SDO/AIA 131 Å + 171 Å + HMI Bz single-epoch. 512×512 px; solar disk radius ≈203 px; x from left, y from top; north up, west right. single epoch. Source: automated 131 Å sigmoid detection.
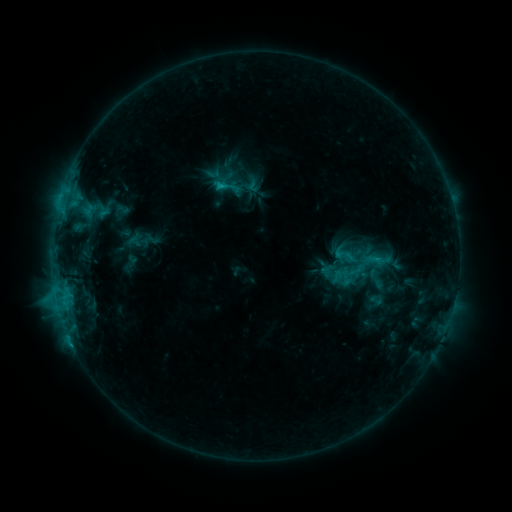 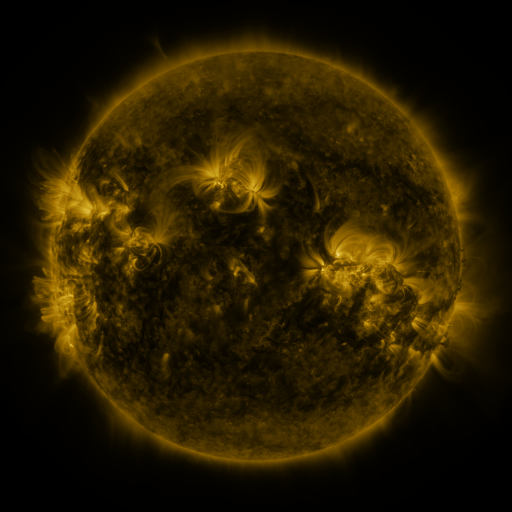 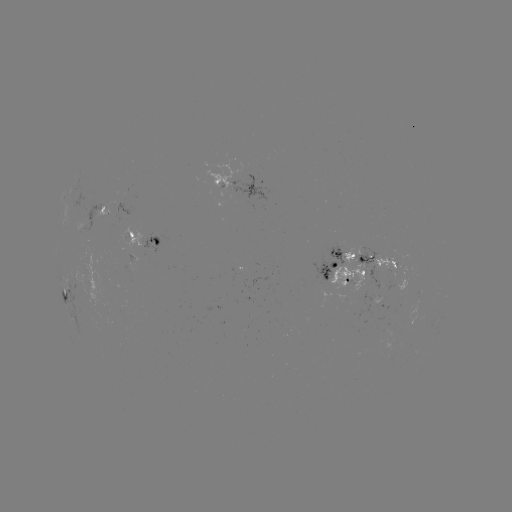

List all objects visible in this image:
sigmoid: (227, 187)
